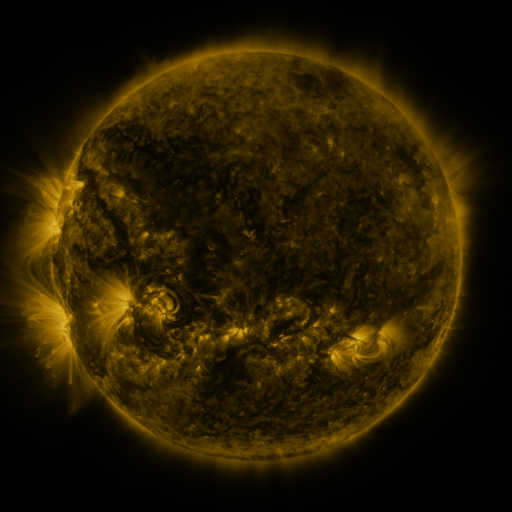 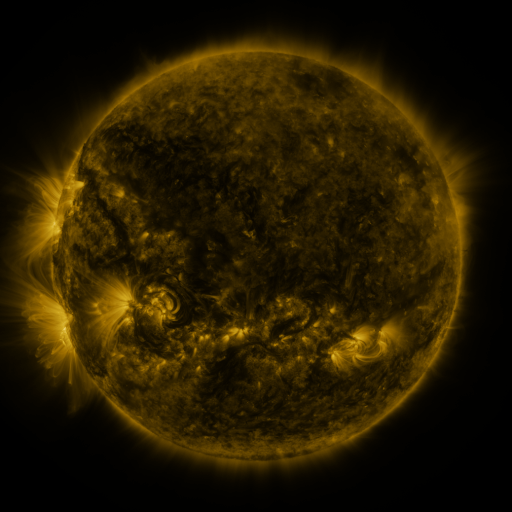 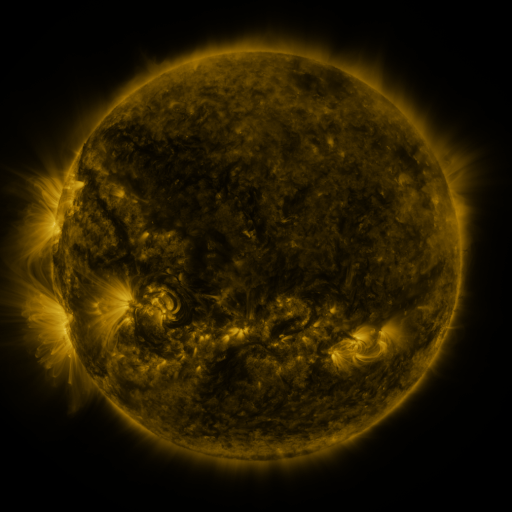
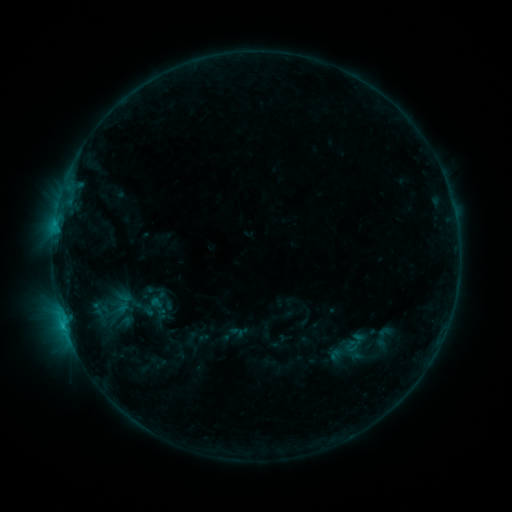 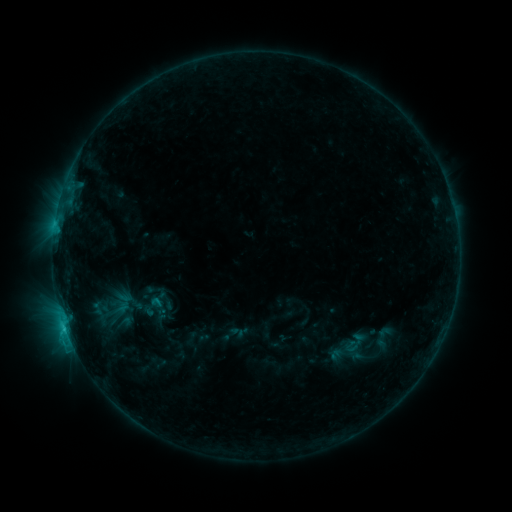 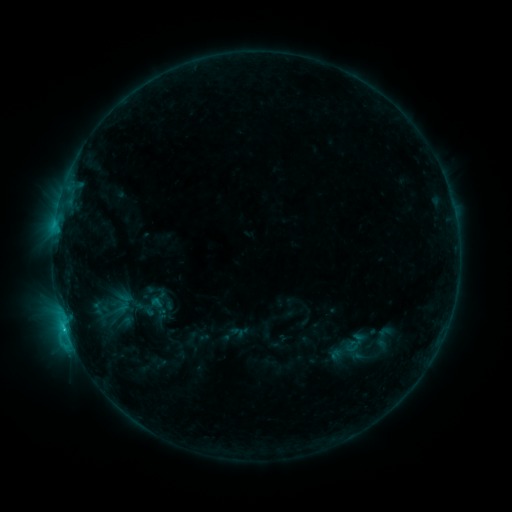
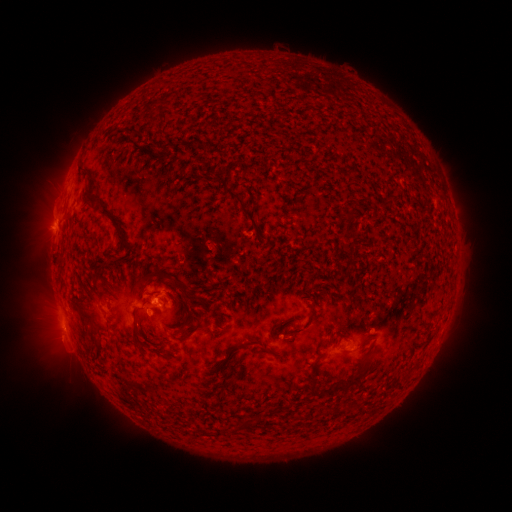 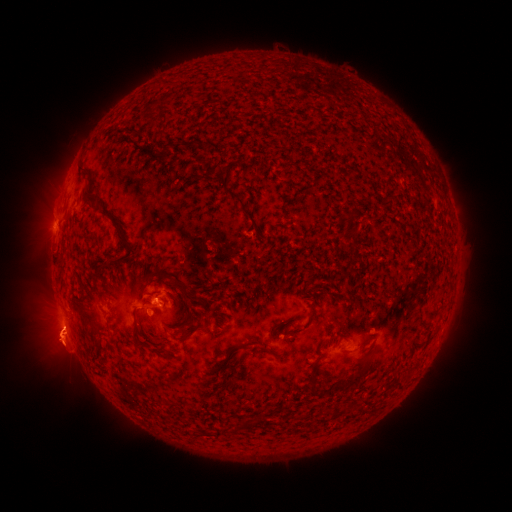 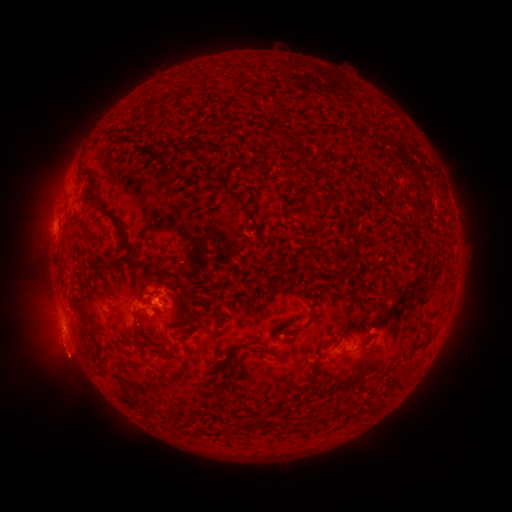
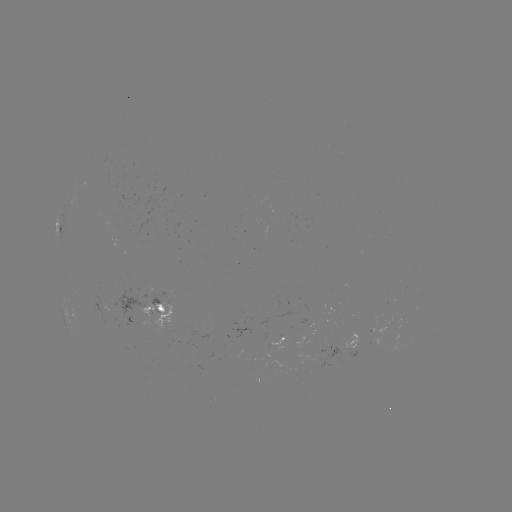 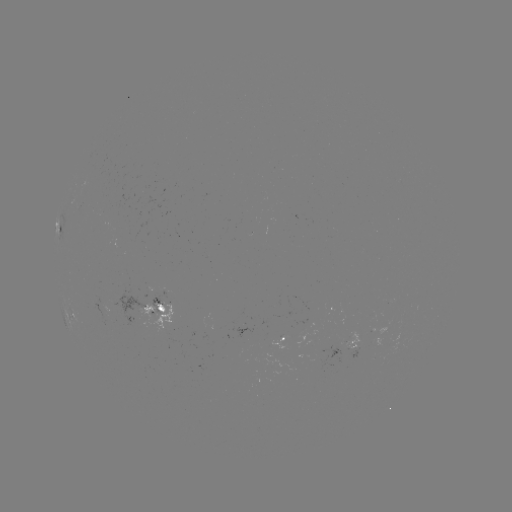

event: eruption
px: (63, 350)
